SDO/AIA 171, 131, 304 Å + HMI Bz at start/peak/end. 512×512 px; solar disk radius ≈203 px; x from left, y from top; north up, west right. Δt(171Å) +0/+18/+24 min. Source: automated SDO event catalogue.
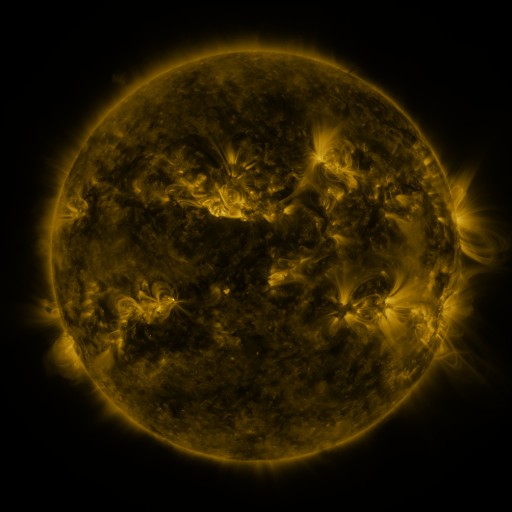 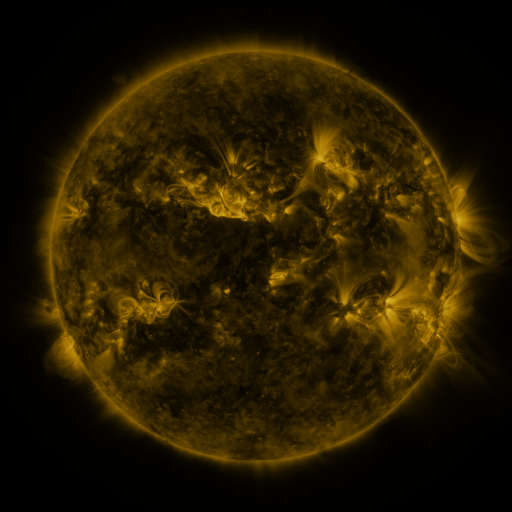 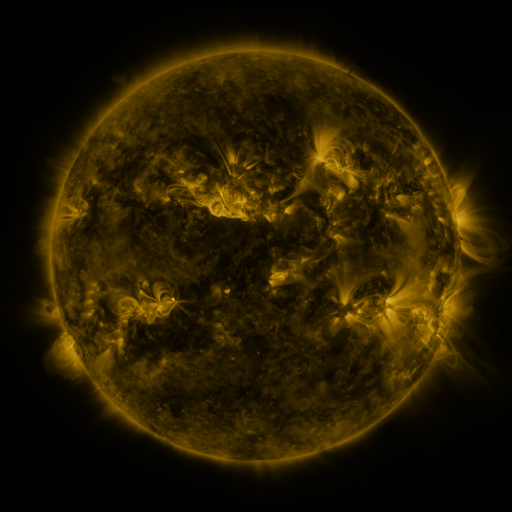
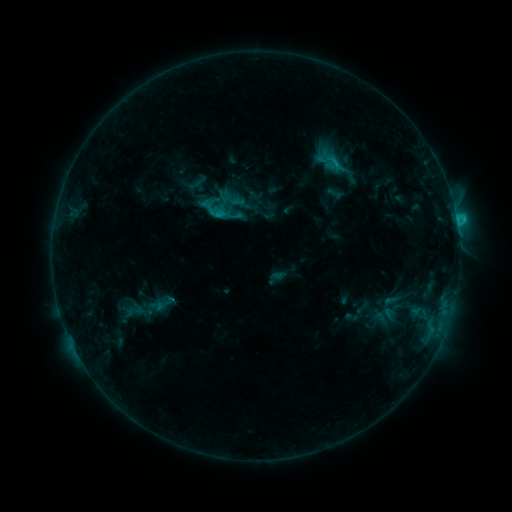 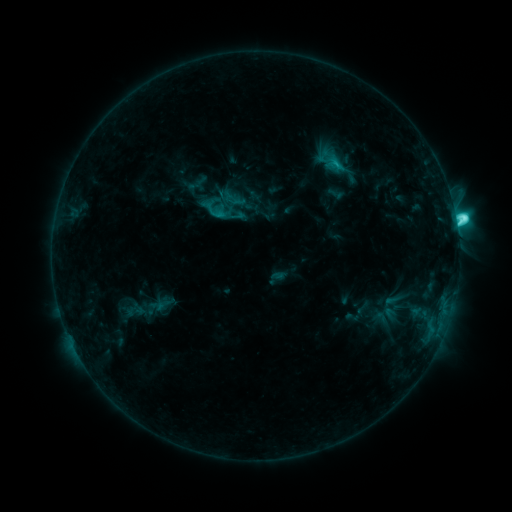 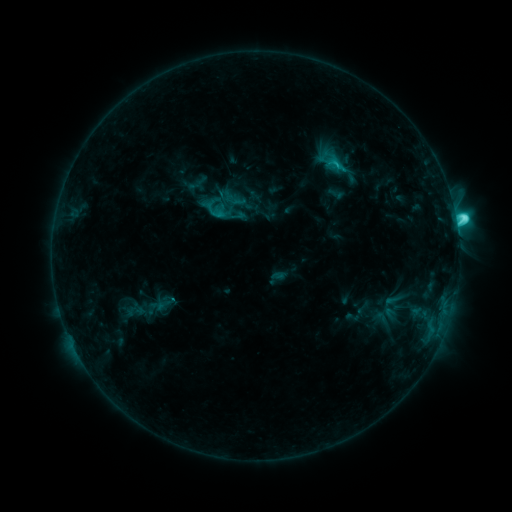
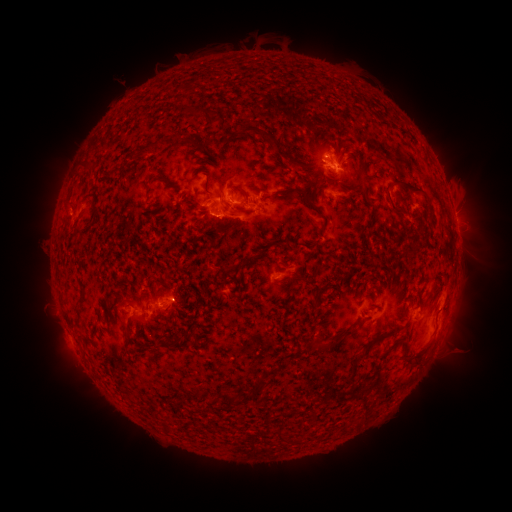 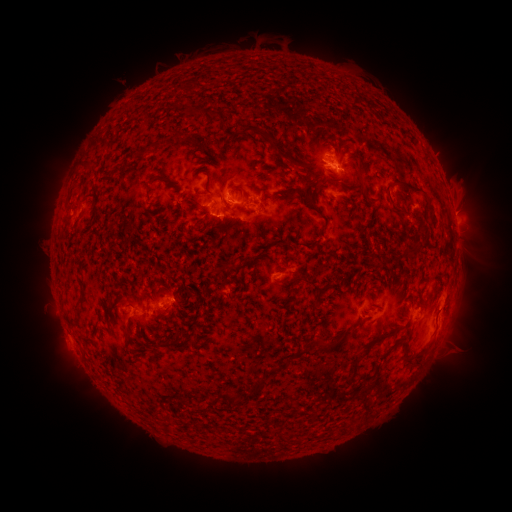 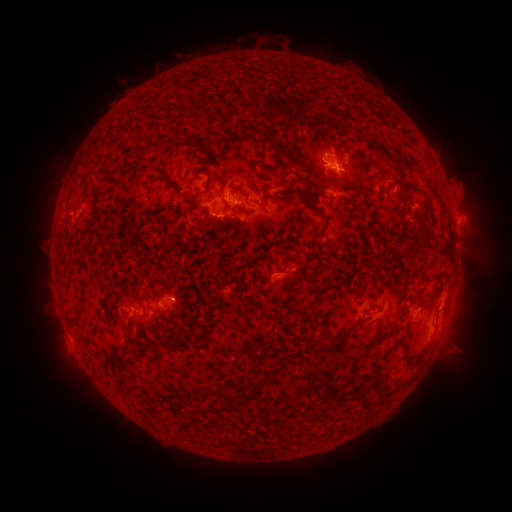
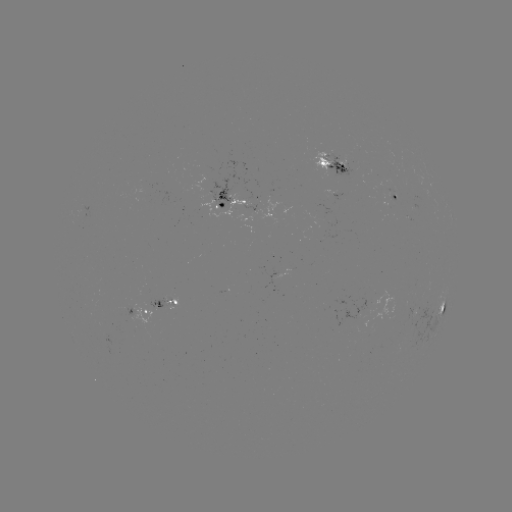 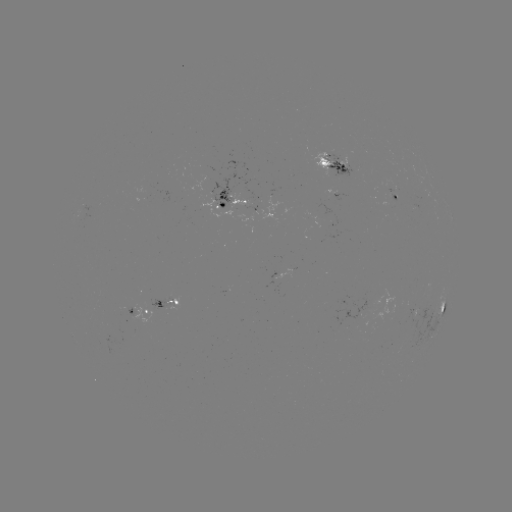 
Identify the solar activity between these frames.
C6.2 flare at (455, 220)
